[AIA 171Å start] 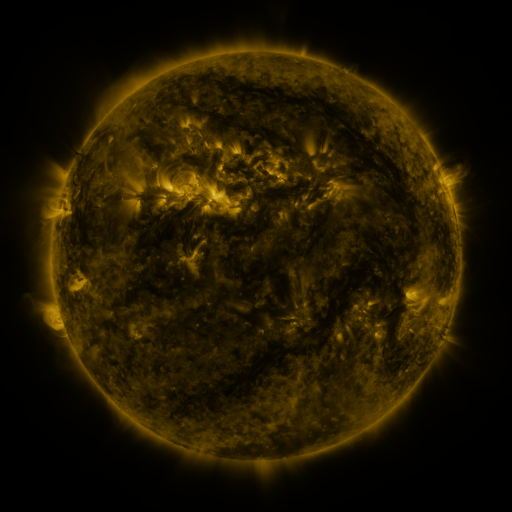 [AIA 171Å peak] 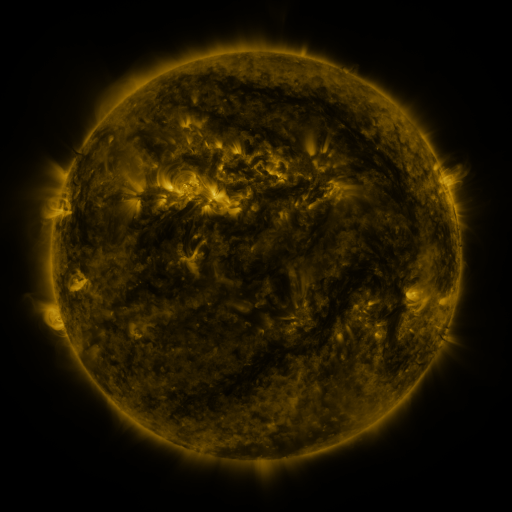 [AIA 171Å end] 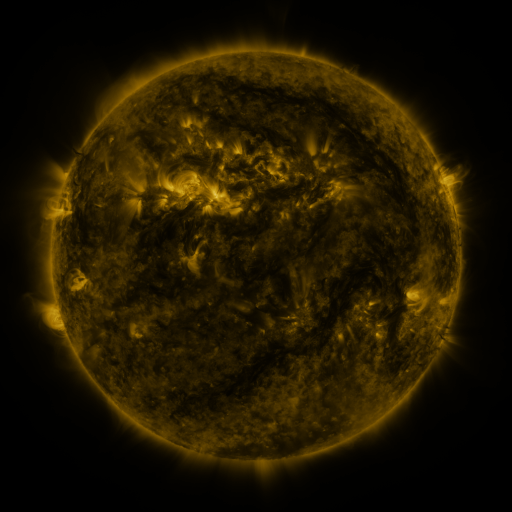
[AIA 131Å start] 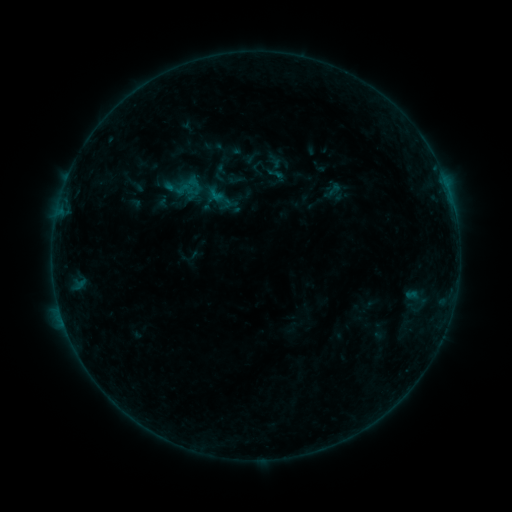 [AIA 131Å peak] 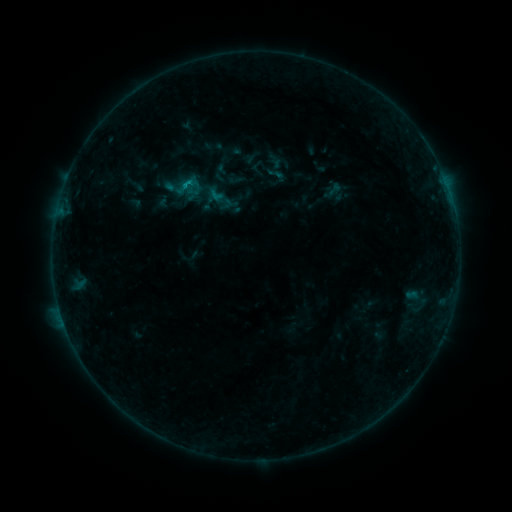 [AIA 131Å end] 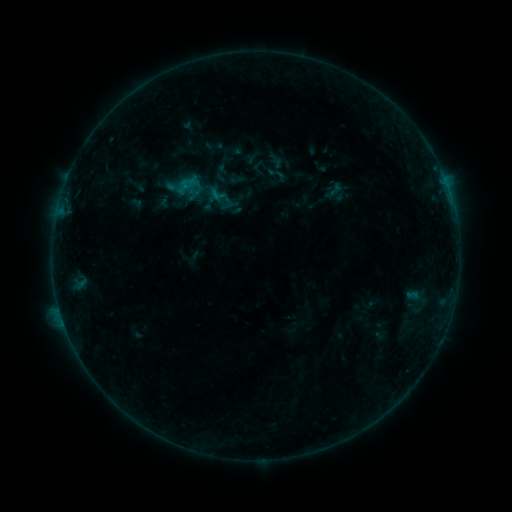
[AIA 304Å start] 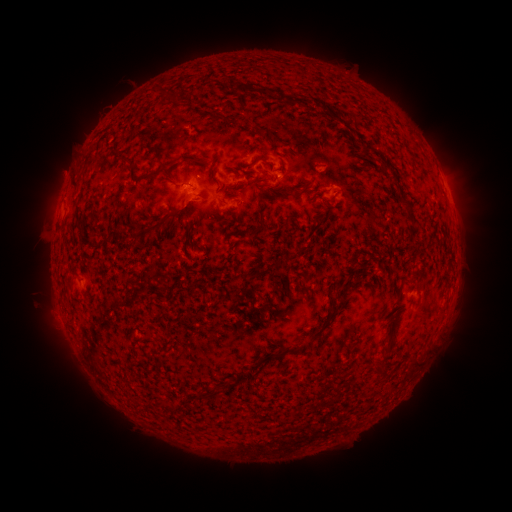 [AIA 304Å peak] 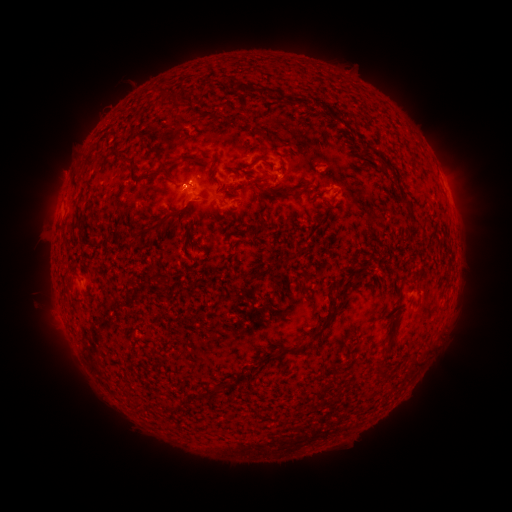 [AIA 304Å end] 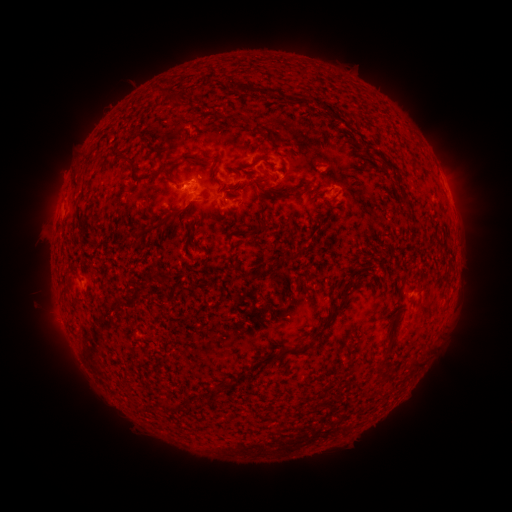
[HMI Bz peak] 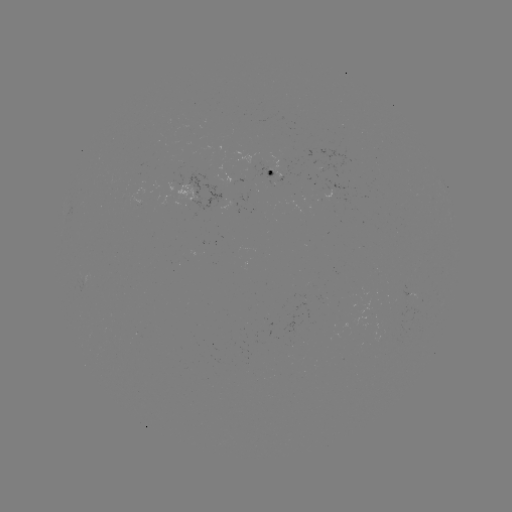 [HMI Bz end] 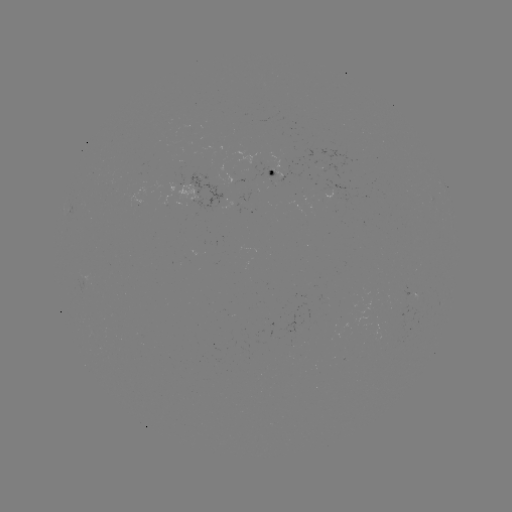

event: flare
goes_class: B4.3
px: (188, 187)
